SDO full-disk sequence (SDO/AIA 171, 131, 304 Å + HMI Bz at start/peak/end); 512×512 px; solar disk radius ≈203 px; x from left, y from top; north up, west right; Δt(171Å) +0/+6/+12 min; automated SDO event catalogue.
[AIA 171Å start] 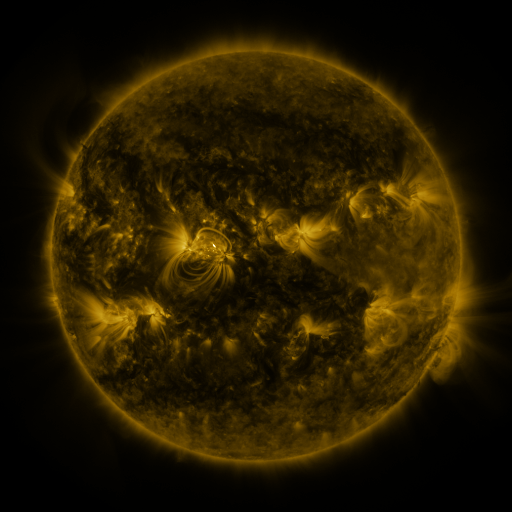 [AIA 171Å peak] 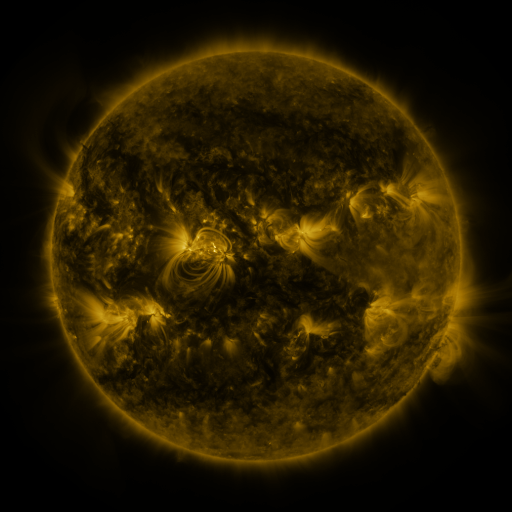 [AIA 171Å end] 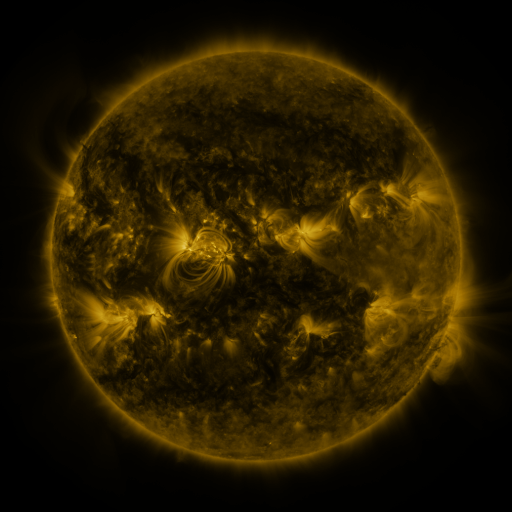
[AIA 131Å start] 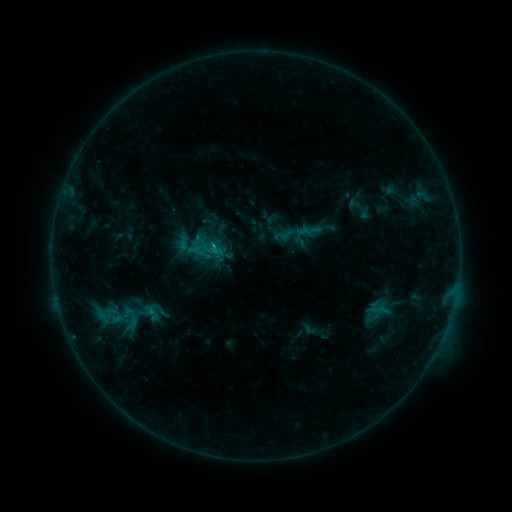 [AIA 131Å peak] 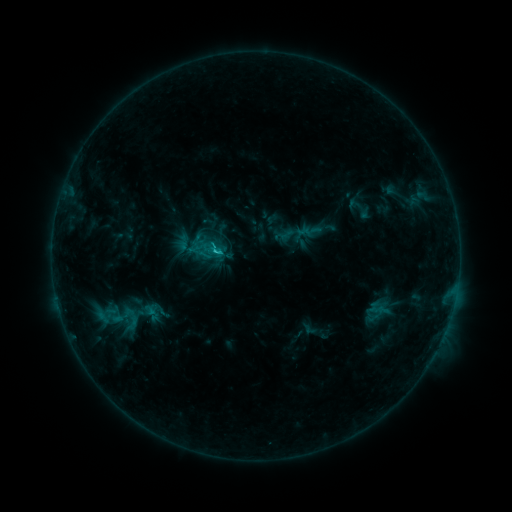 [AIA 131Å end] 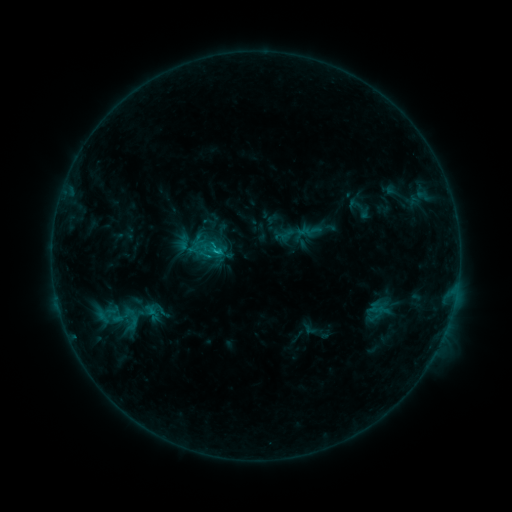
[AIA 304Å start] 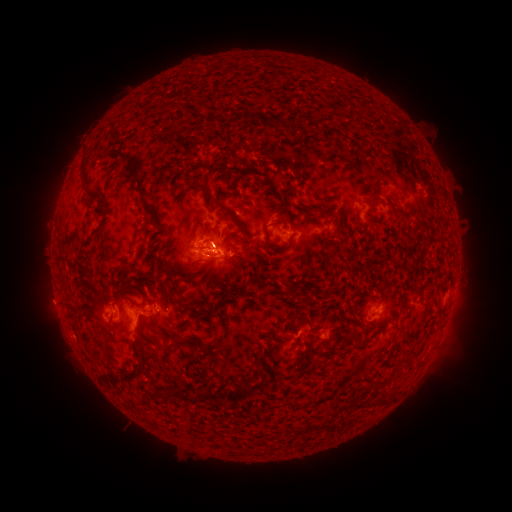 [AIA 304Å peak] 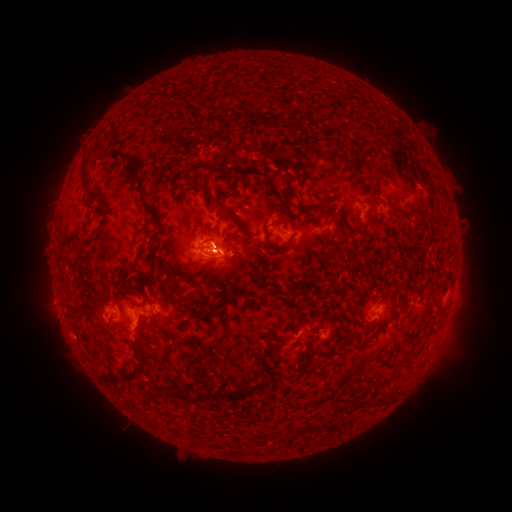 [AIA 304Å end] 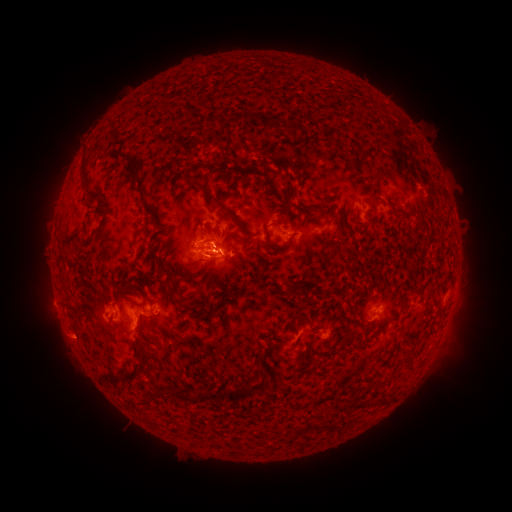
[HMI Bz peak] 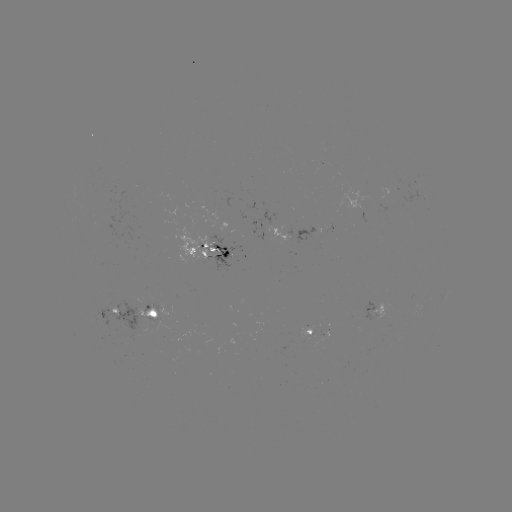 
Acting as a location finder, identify C1.1 flare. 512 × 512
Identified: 217,253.